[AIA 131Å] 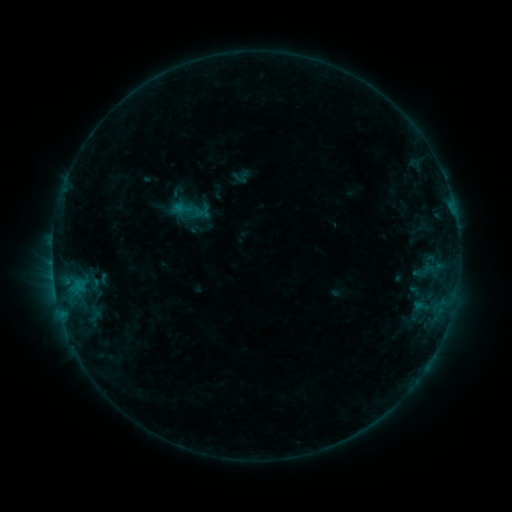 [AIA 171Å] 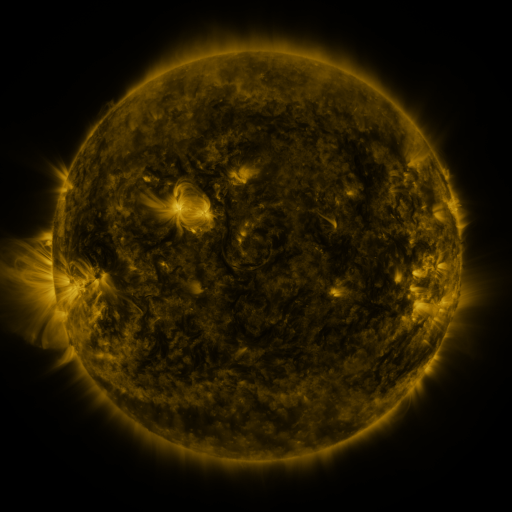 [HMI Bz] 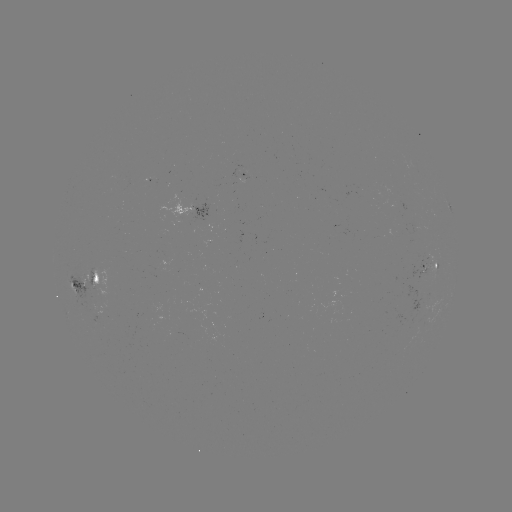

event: sigmoid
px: (241, 177)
